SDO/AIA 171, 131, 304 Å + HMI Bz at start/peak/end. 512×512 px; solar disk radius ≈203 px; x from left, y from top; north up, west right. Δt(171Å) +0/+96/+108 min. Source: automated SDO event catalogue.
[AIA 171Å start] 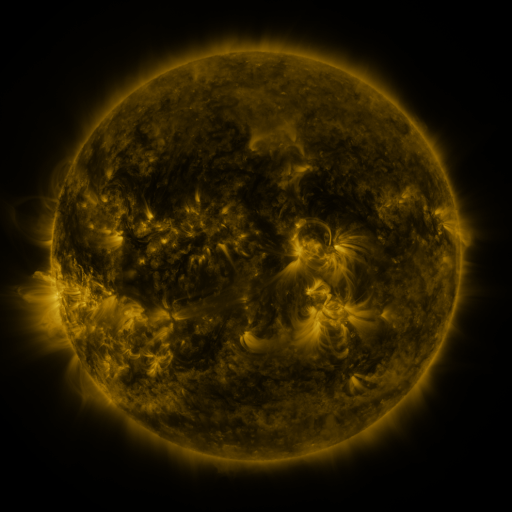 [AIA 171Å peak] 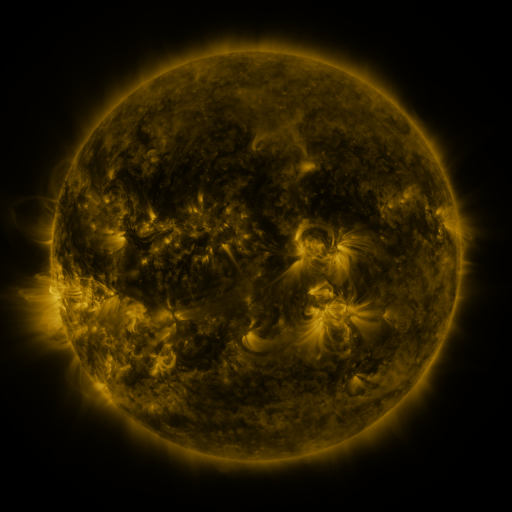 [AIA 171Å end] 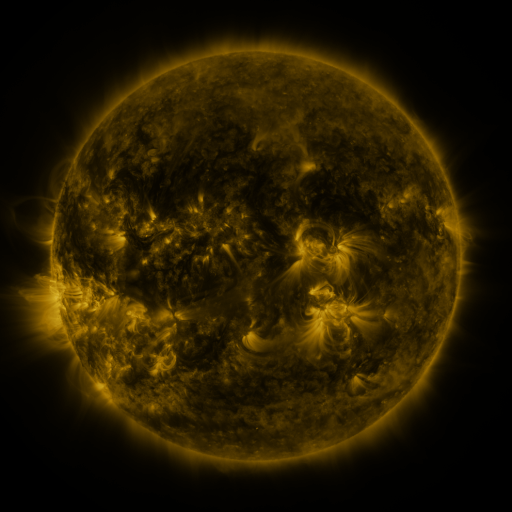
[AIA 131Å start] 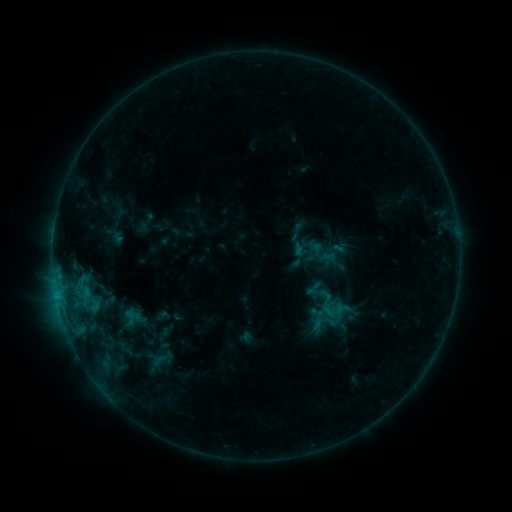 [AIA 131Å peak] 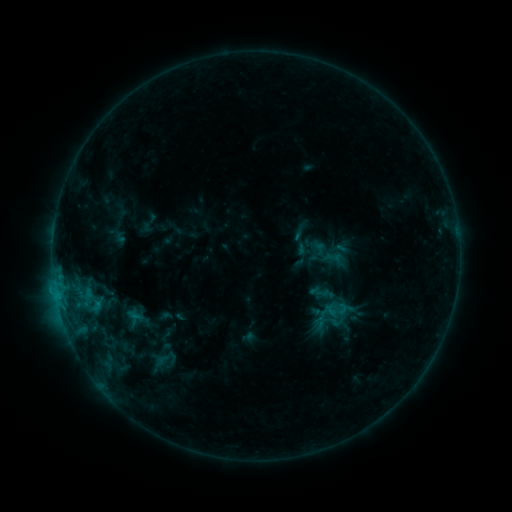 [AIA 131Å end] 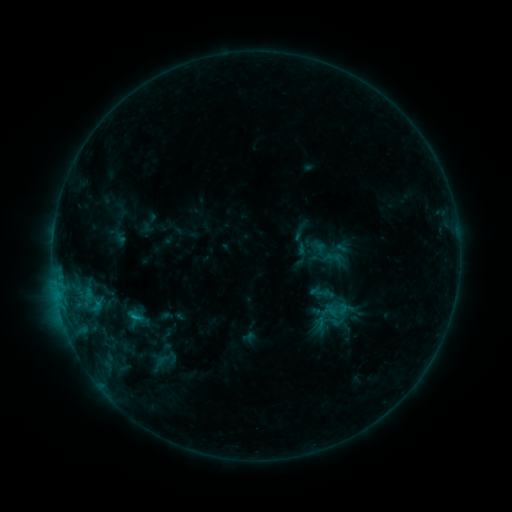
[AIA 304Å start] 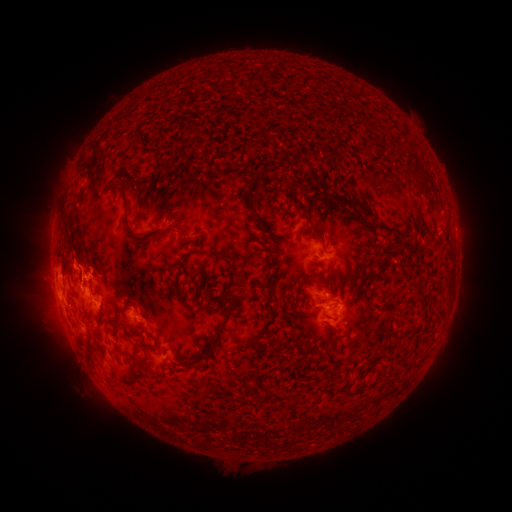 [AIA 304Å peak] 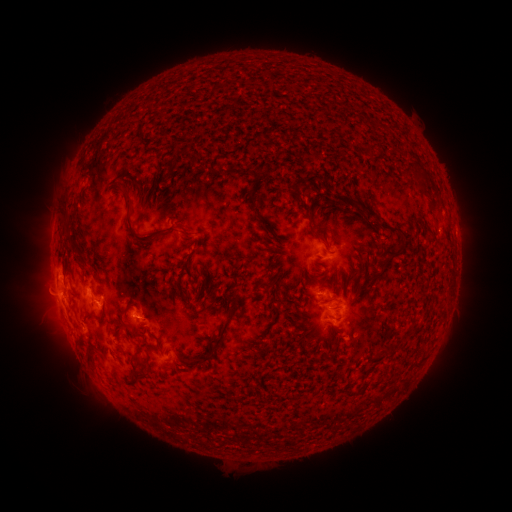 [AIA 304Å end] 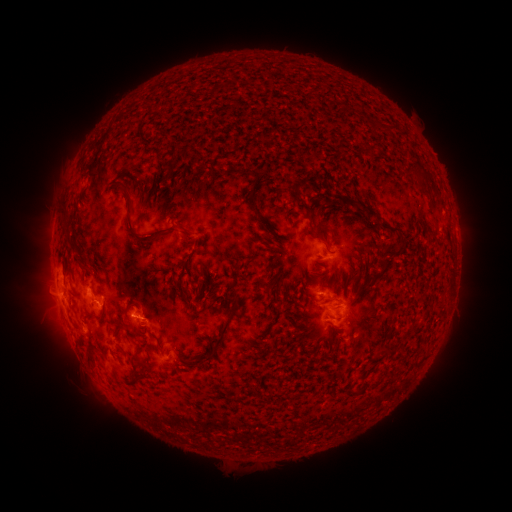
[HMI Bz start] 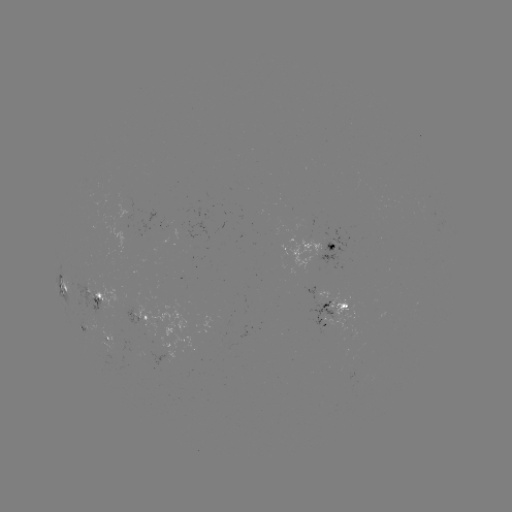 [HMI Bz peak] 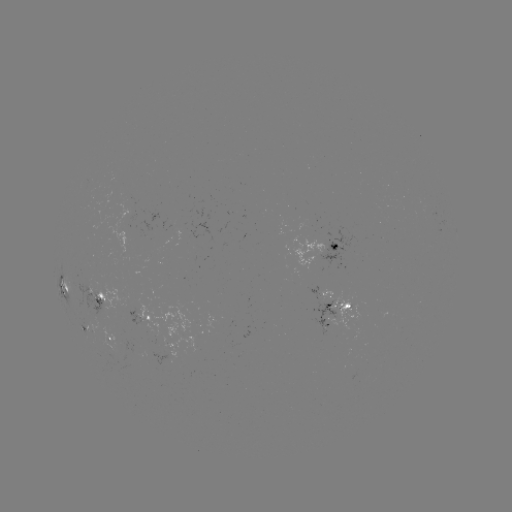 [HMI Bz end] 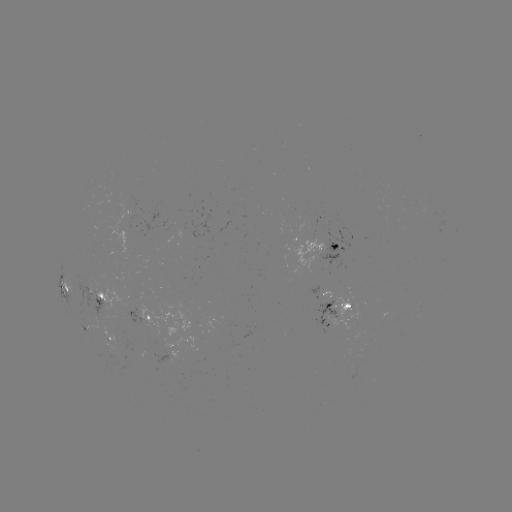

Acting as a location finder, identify emerging-flux region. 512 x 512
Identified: [94, 298].